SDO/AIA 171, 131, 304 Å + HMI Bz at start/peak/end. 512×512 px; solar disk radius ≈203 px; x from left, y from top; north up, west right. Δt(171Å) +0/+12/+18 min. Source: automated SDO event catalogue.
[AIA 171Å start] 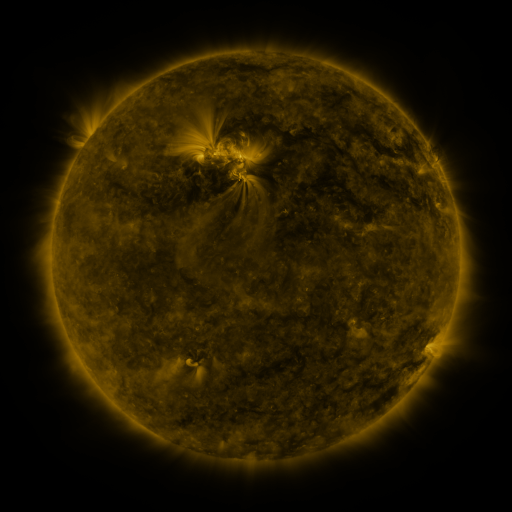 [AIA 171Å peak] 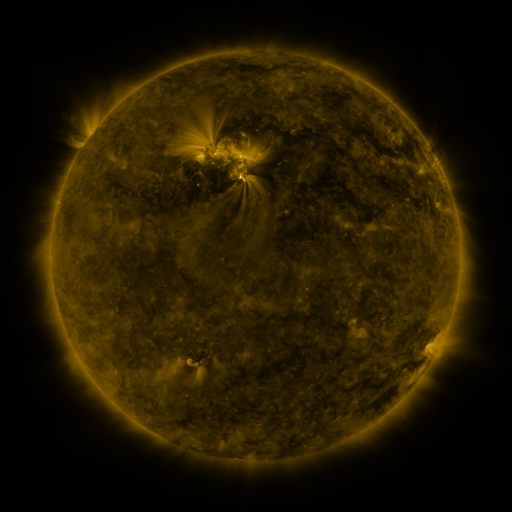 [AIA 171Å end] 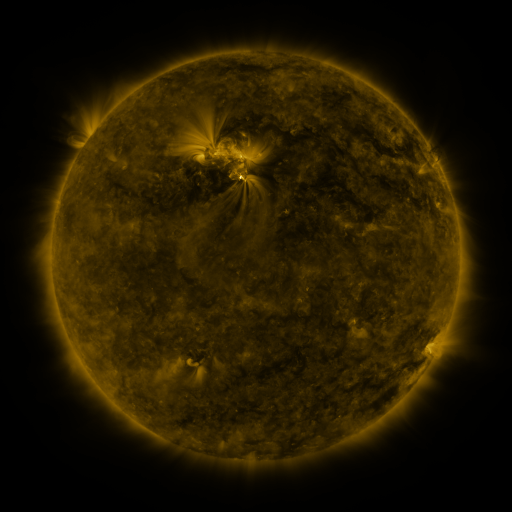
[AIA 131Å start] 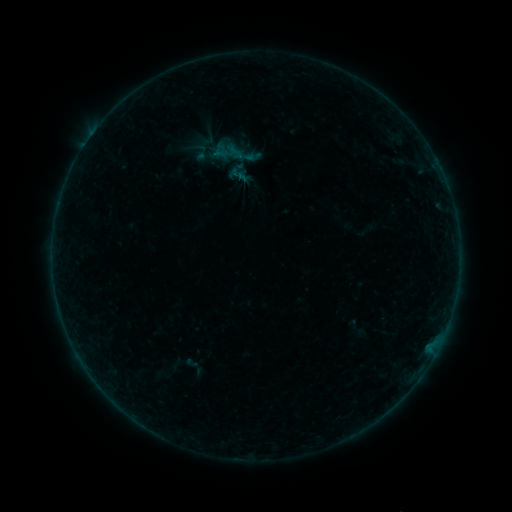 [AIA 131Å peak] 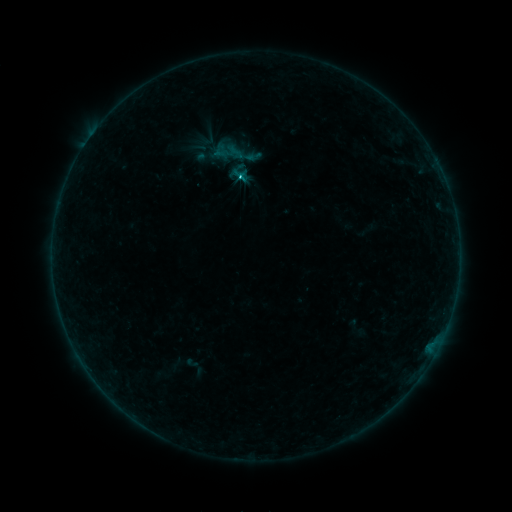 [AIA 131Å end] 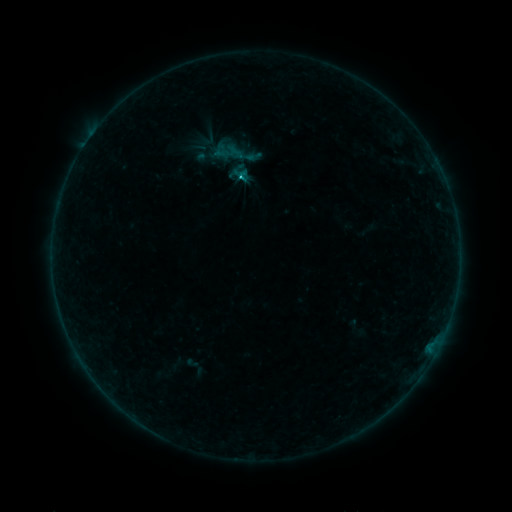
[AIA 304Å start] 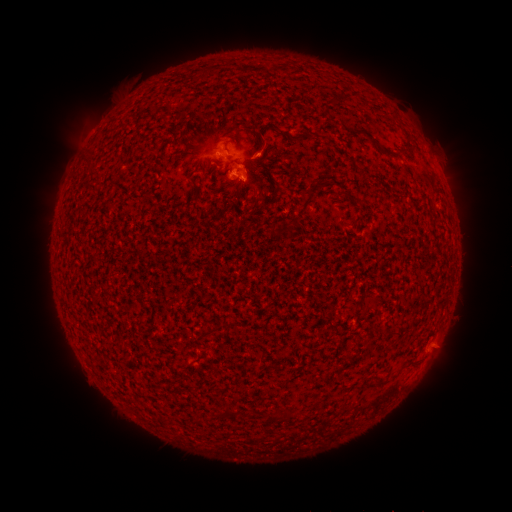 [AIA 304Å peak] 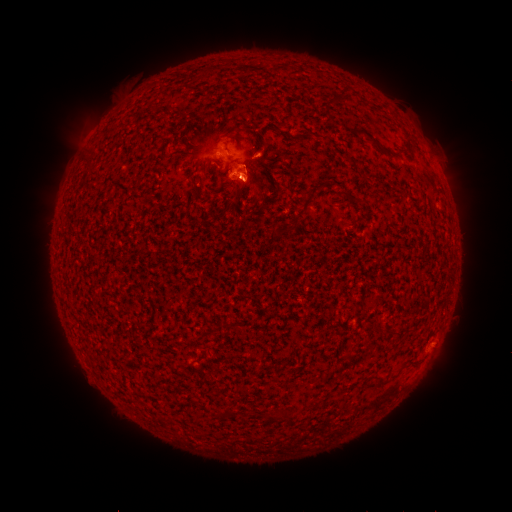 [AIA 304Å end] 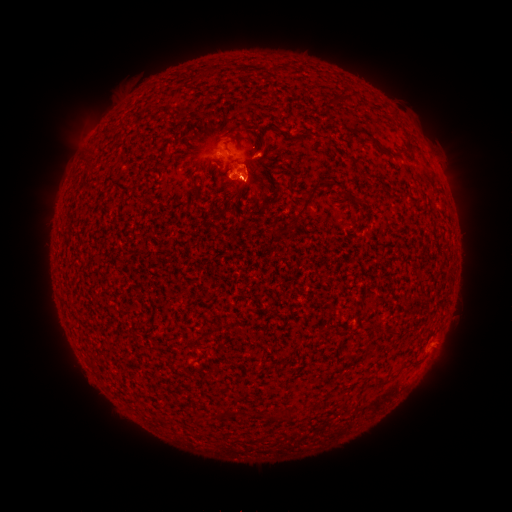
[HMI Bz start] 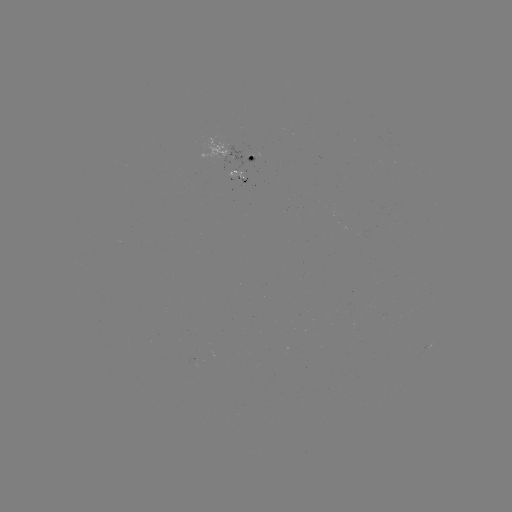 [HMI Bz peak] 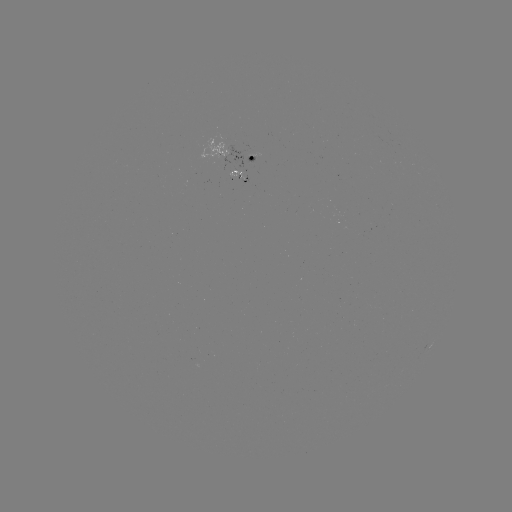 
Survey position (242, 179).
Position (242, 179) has B9.5 flare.